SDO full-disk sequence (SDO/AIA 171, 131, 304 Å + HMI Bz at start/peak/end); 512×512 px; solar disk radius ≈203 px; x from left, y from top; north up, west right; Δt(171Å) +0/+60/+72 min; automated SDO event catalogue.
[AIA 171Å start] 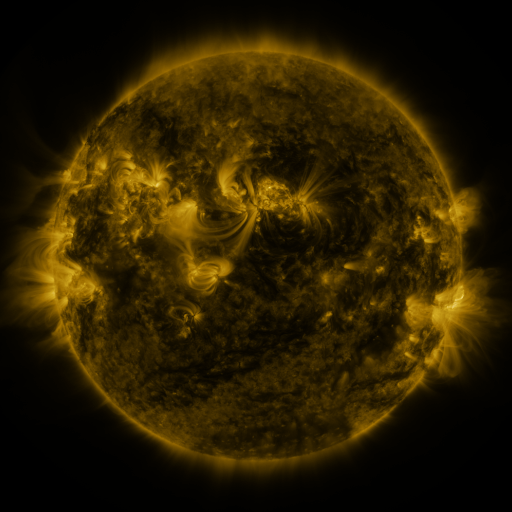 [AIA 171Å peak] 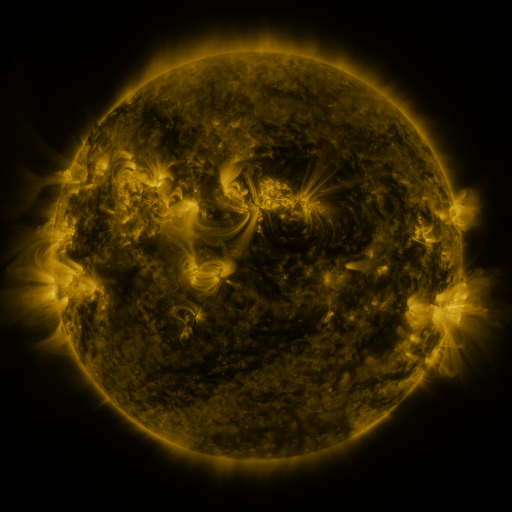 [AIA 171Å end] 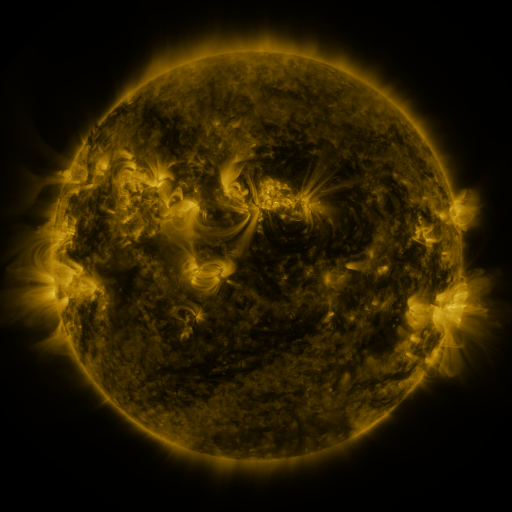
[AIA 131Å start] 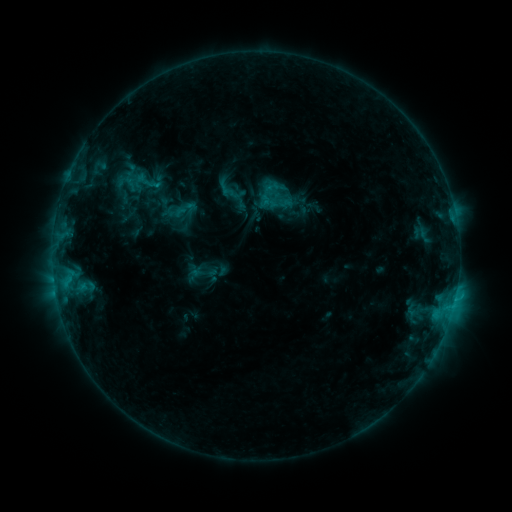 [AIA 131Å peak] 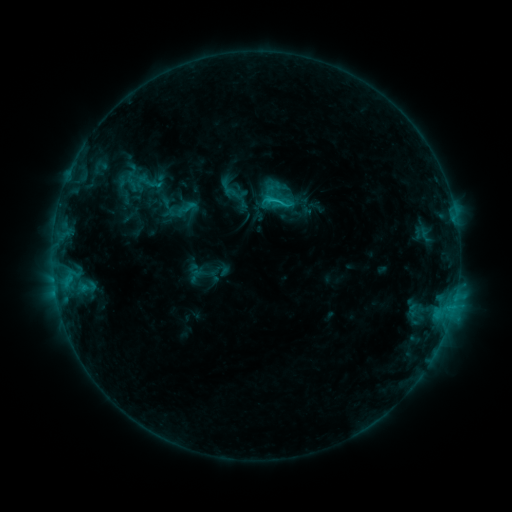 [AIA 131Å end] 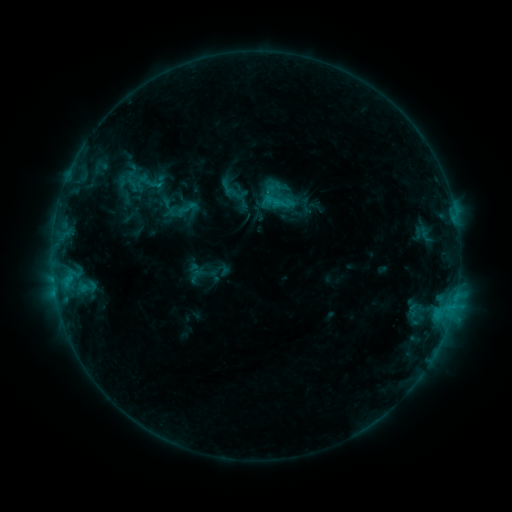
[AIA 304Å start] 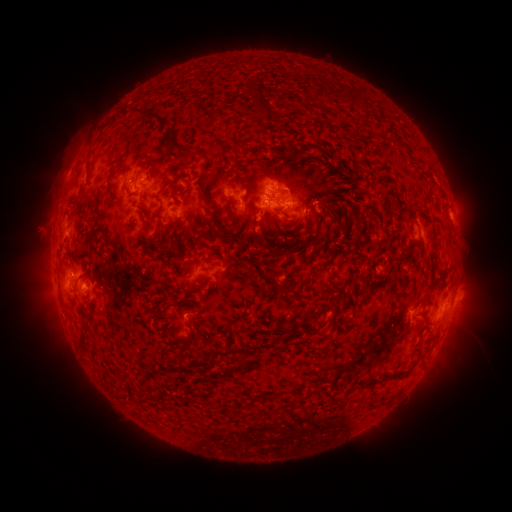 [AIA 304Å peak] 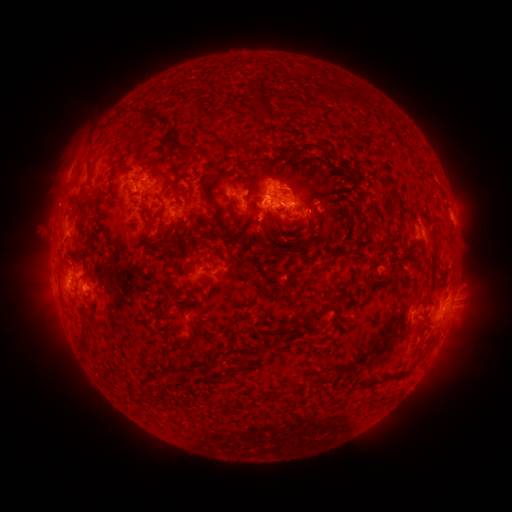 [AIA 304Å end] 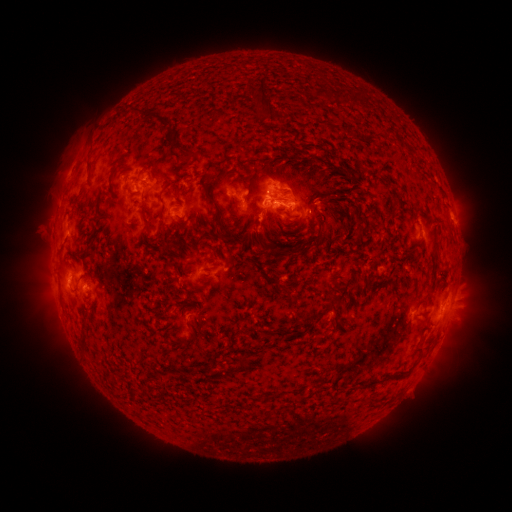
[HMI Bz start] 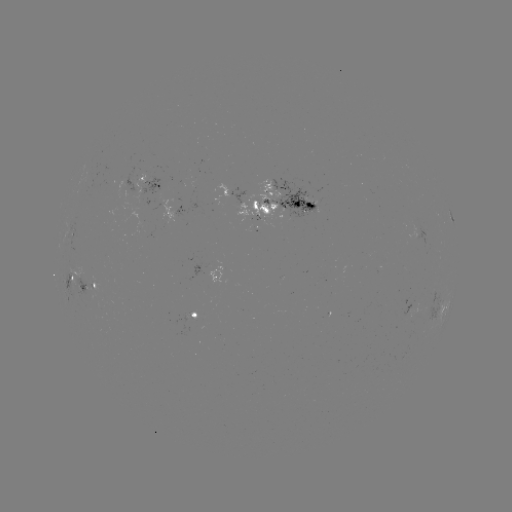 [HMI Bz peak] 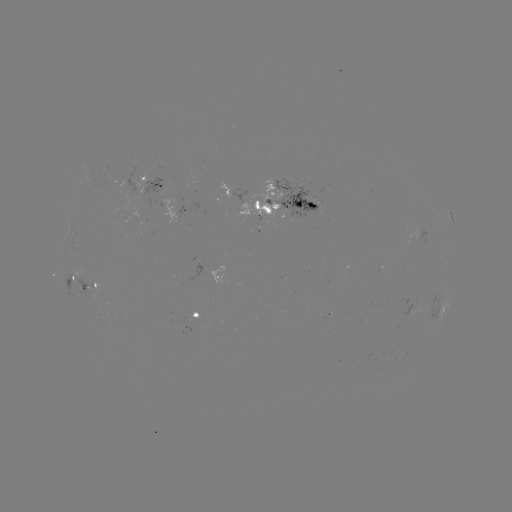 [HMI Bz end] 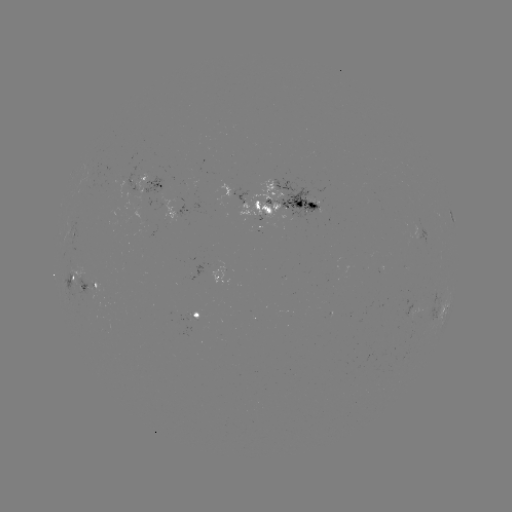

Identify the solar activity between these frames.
emerging-flux region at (310, 205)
